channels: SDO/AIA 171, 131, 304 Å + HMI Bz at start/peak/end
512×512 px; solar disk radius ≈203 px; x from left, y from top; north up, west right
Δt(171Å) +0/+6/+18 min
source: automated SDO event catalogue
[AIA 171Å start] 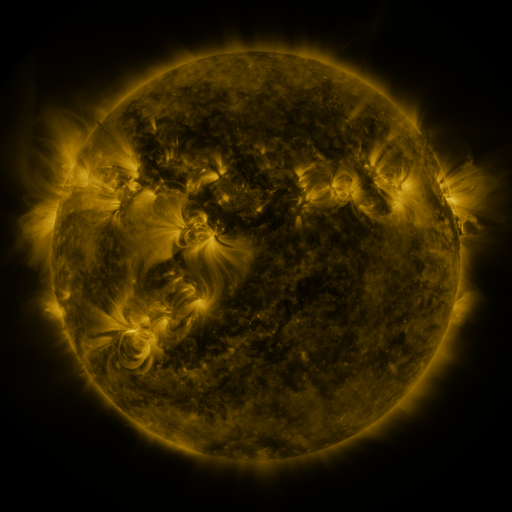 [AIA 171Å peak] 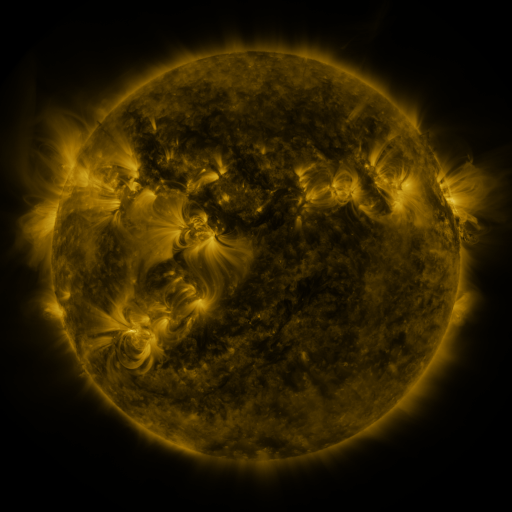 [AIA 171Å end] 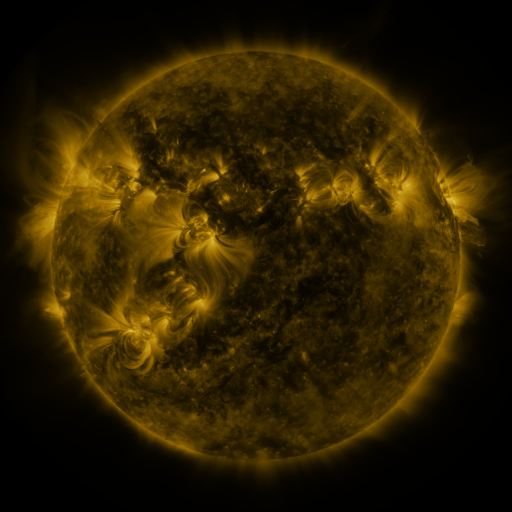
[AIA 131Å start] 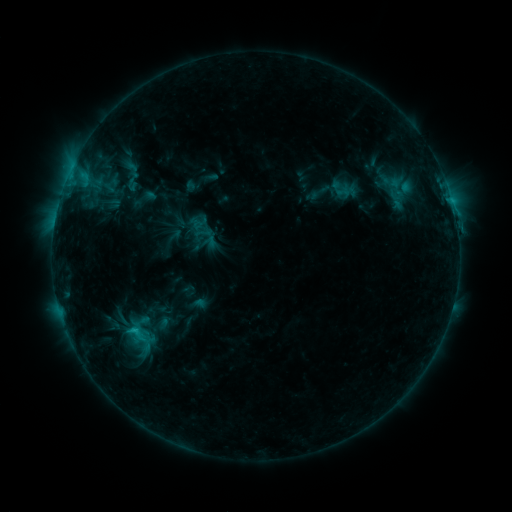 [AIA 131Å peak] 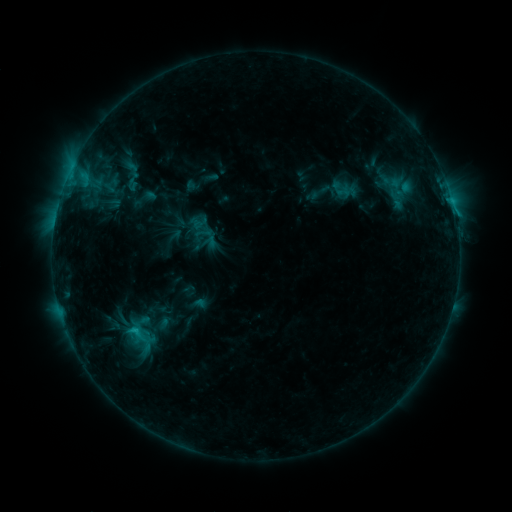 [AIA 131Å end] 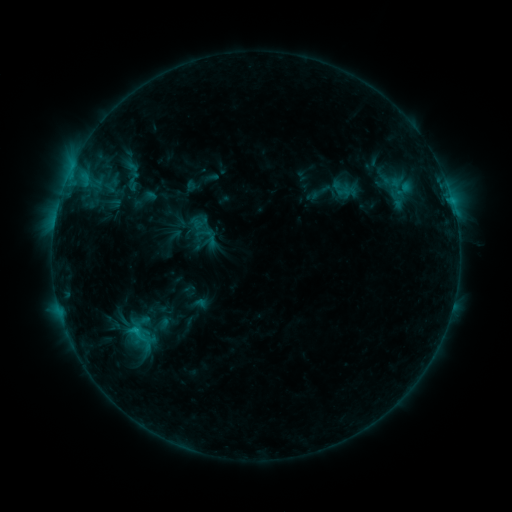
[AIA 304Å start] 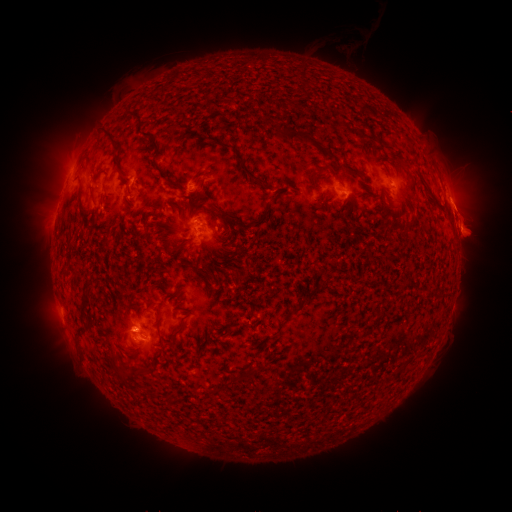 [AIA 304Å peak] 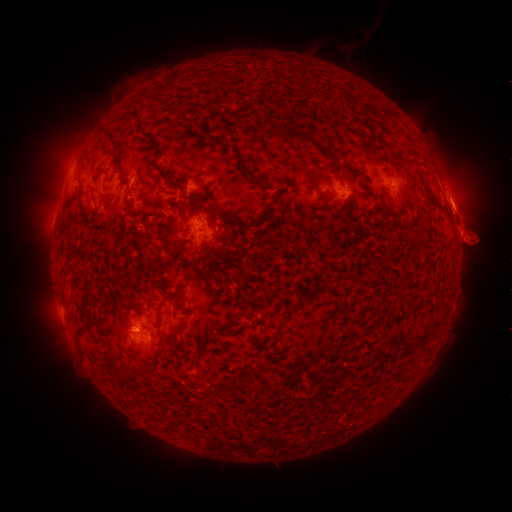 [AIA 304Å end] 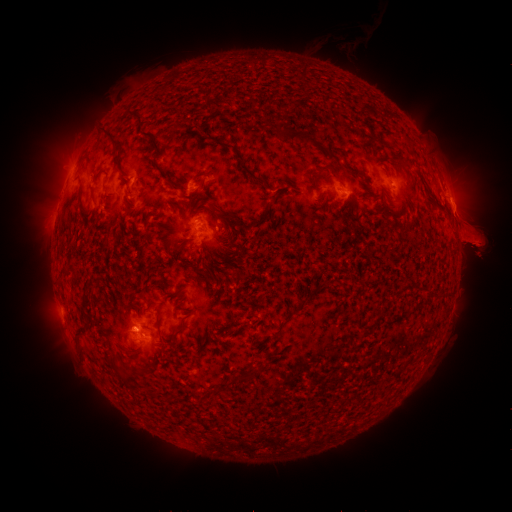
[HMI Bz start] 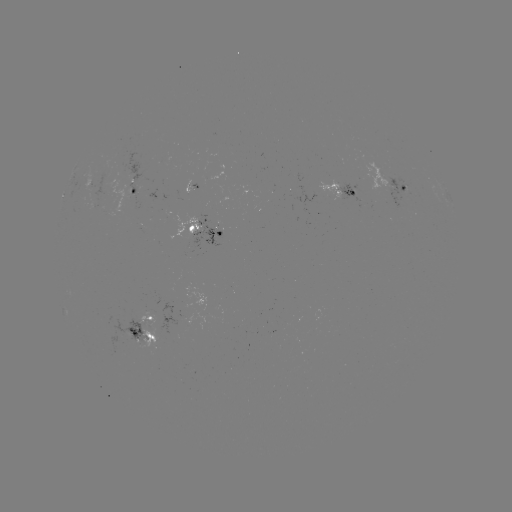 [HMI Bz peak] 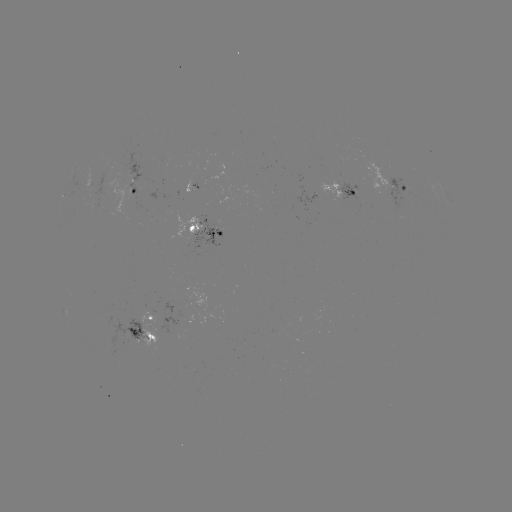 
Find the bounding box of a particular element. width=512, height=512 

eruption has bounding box [447, 273, 488, 302].